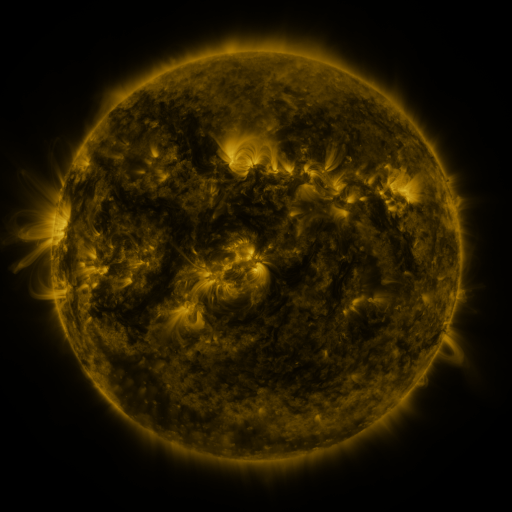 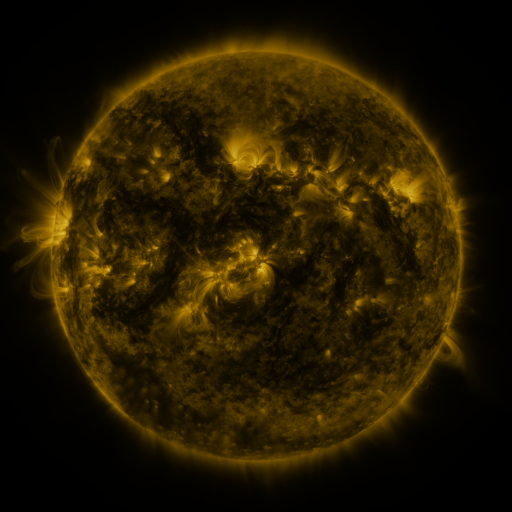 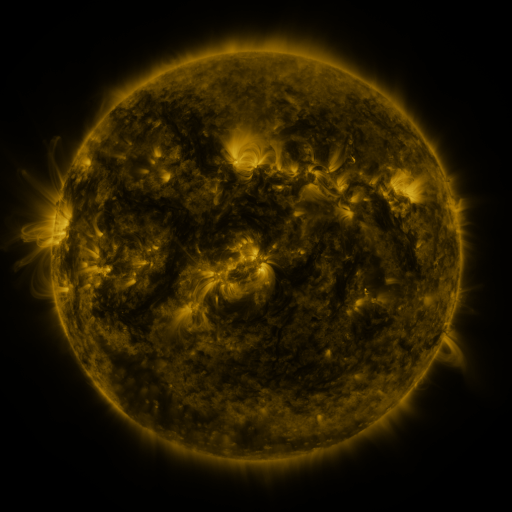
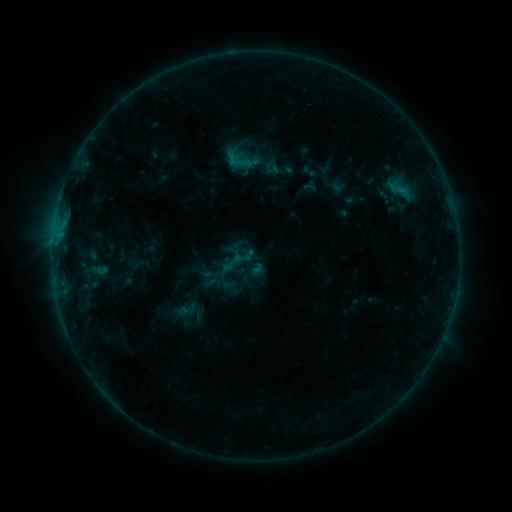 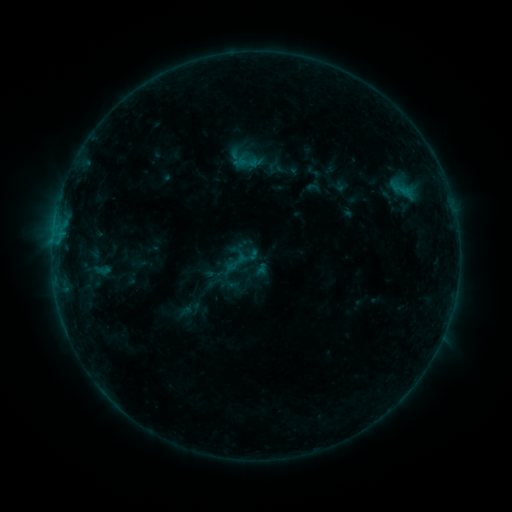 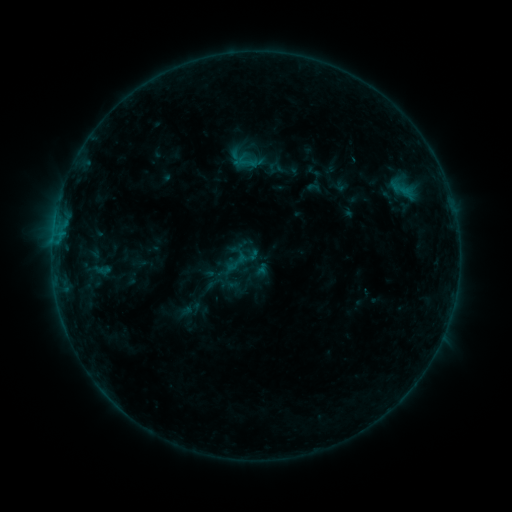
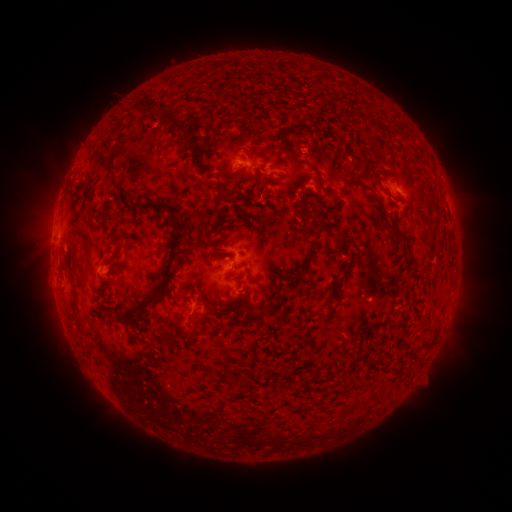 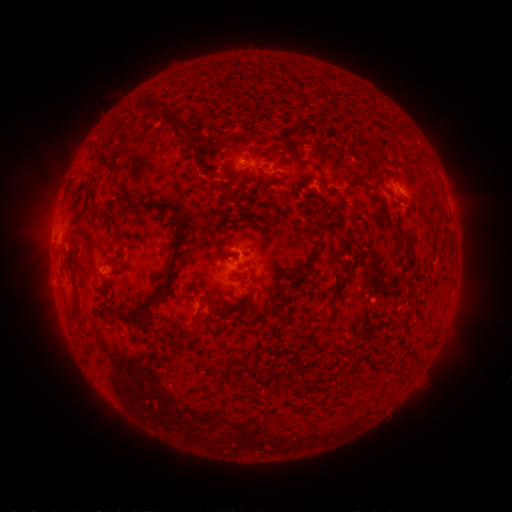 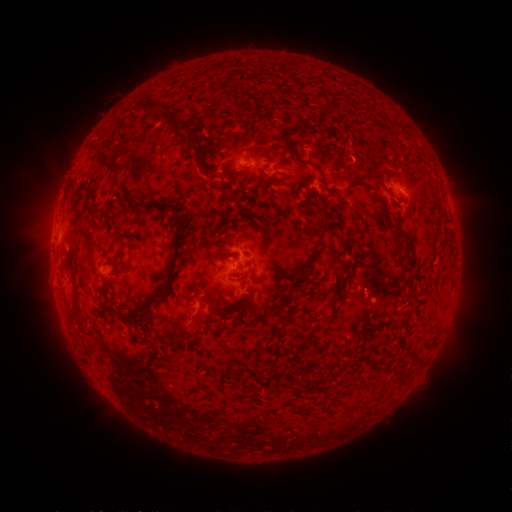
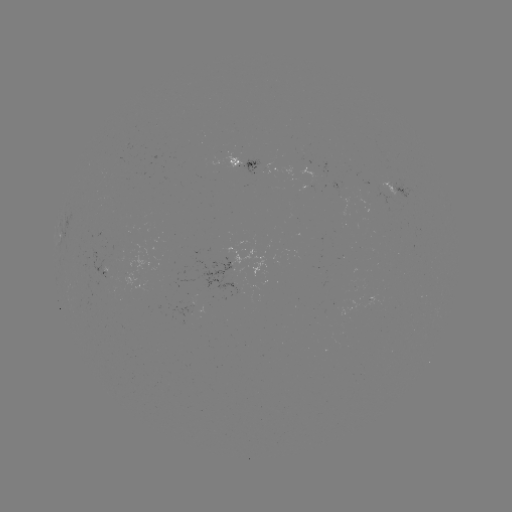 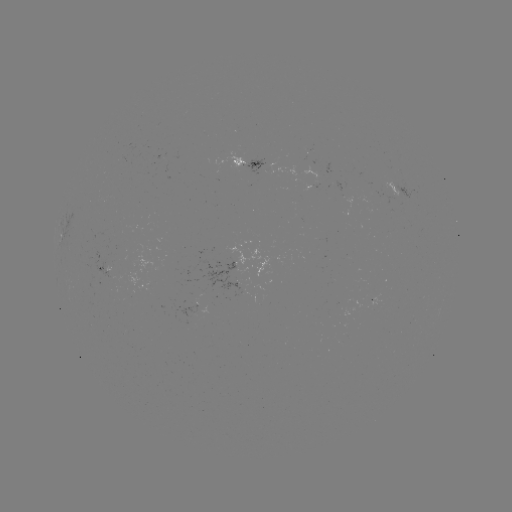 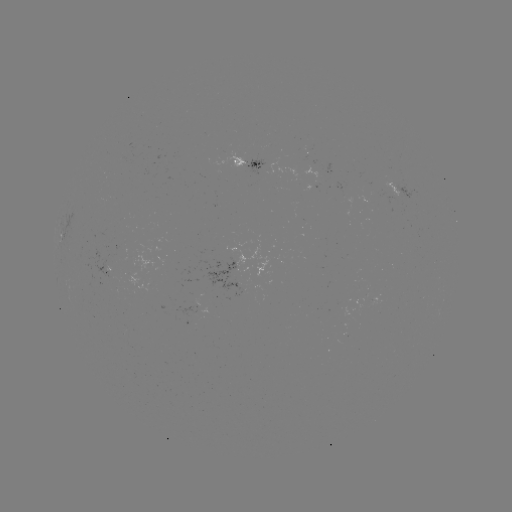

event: emerging-flux region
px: (261, 168)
